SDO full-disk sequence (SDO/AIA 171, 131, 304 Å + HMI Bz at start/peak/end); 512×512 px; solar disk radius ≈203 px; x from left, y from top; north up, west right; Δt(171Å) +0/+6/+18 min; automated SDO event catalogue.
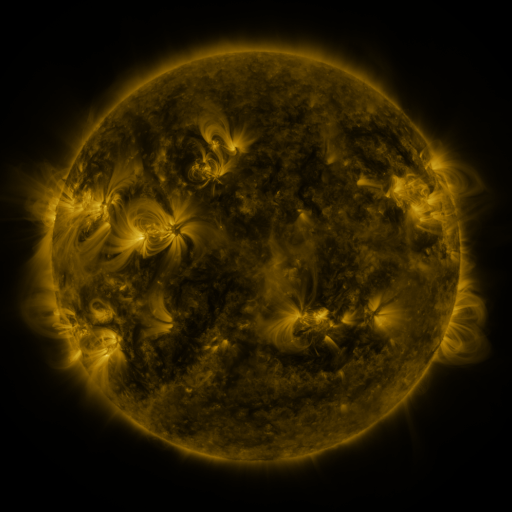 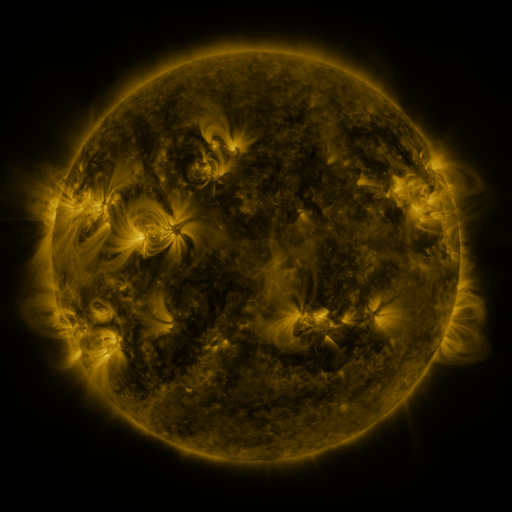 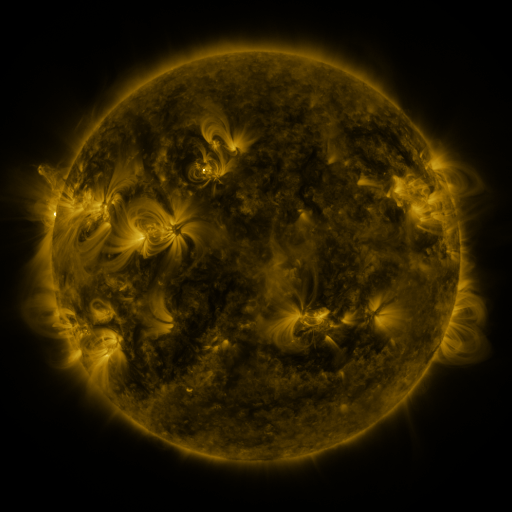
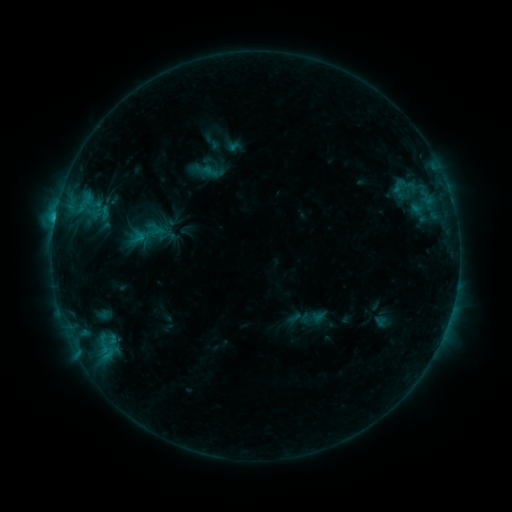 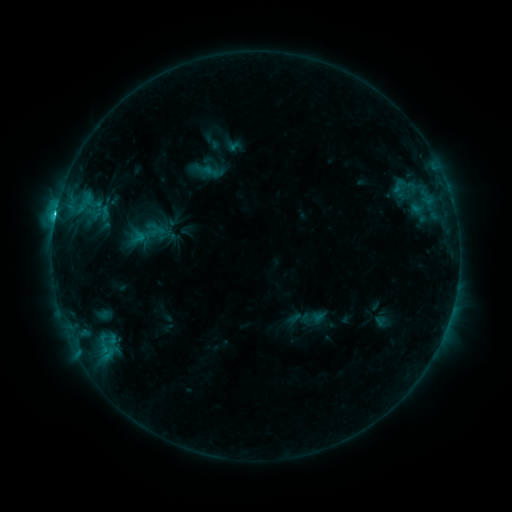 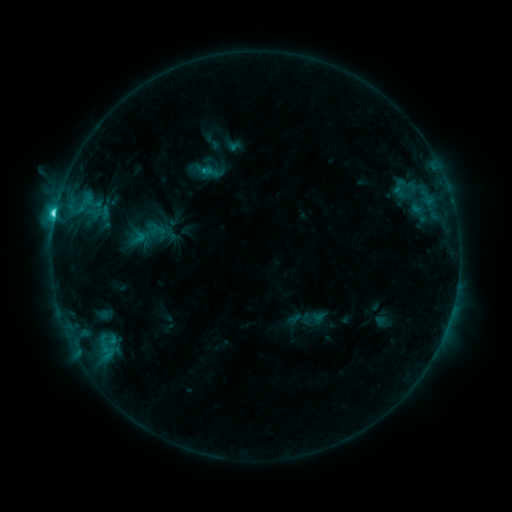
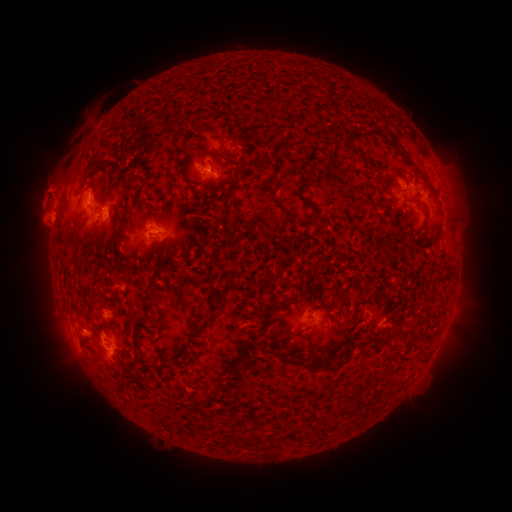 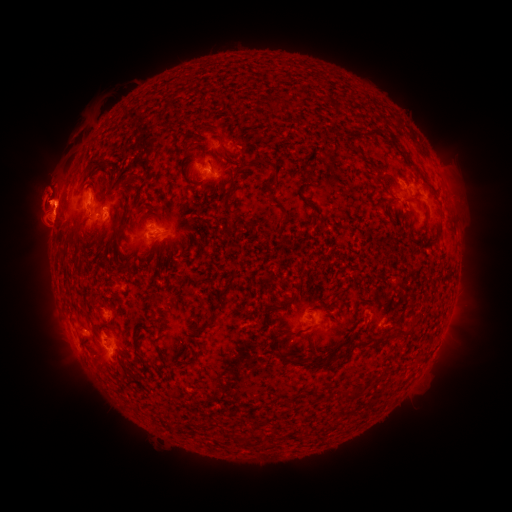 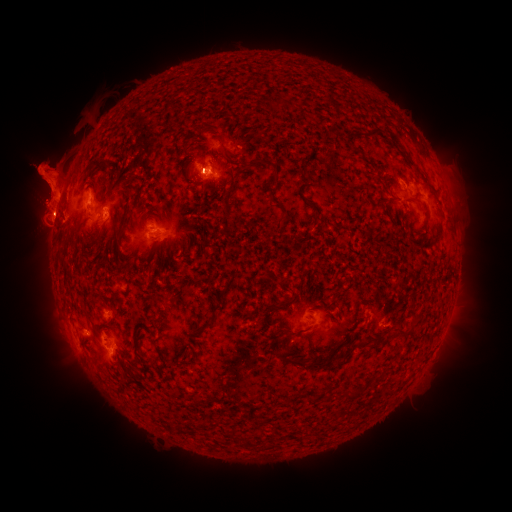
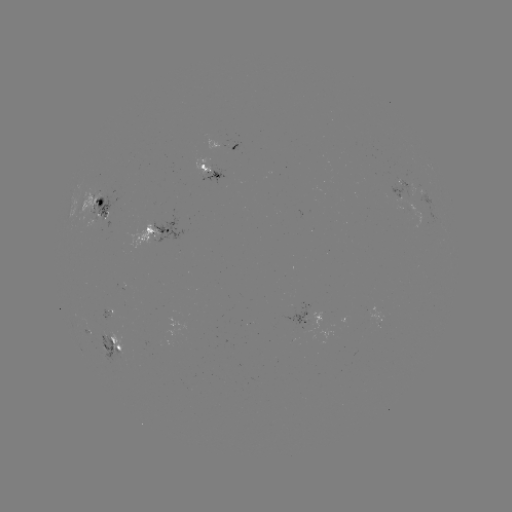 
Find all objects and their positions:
C9.3 flare: (56, 217)
